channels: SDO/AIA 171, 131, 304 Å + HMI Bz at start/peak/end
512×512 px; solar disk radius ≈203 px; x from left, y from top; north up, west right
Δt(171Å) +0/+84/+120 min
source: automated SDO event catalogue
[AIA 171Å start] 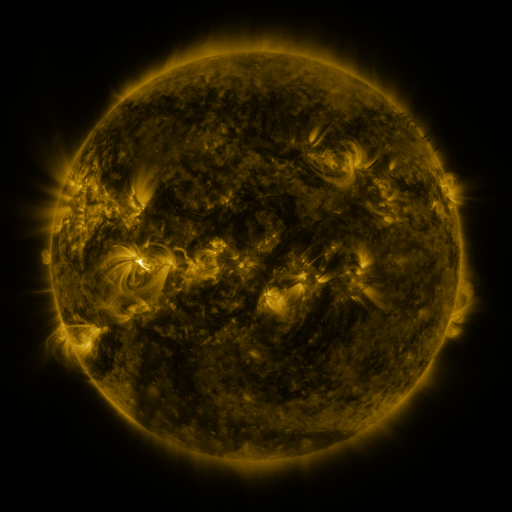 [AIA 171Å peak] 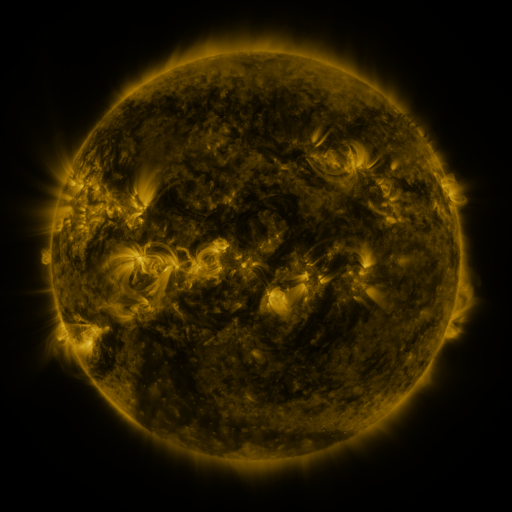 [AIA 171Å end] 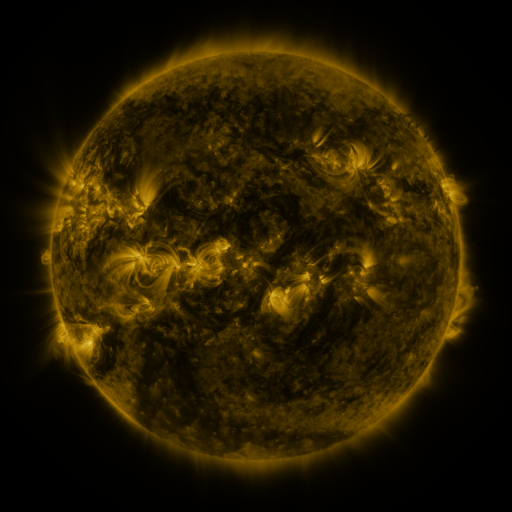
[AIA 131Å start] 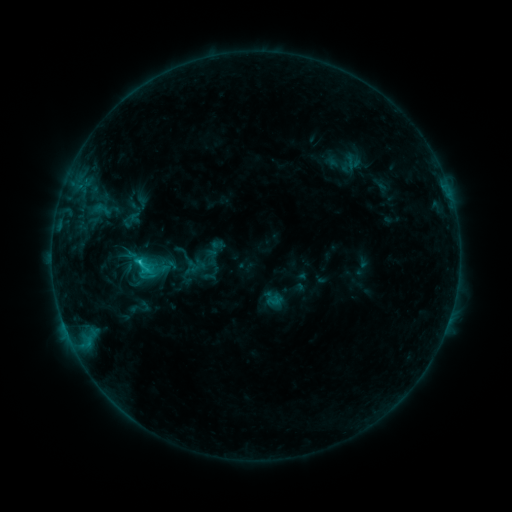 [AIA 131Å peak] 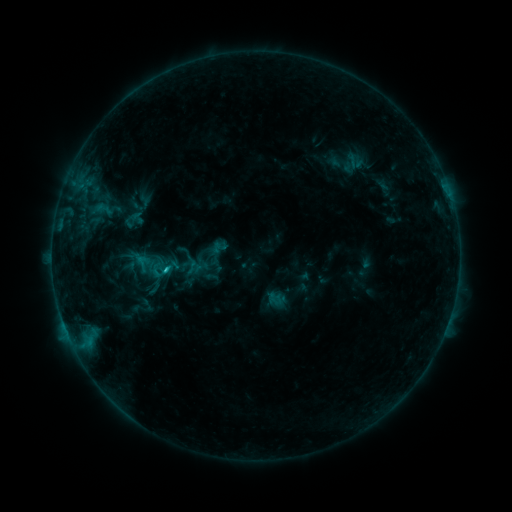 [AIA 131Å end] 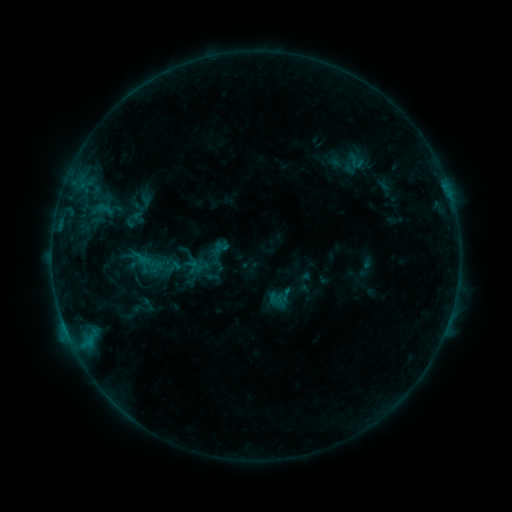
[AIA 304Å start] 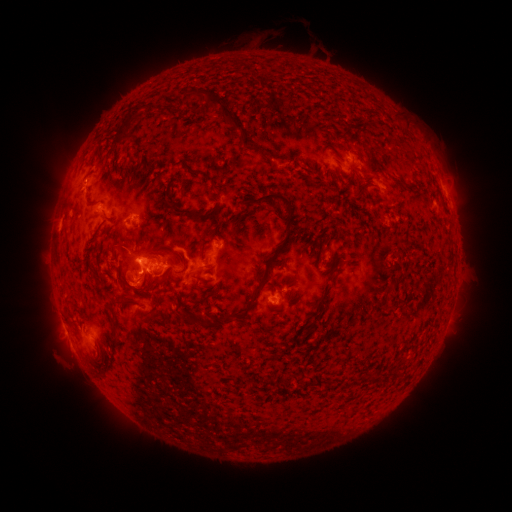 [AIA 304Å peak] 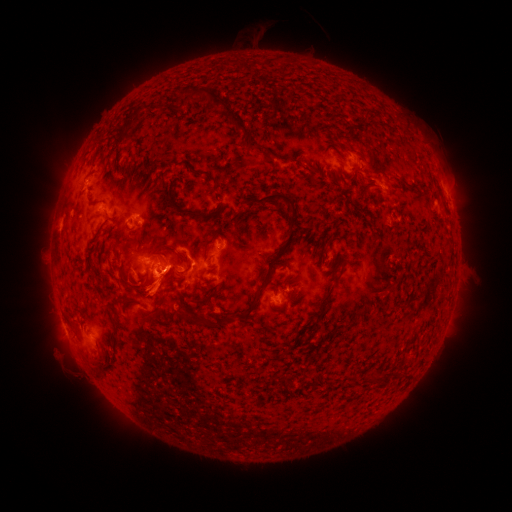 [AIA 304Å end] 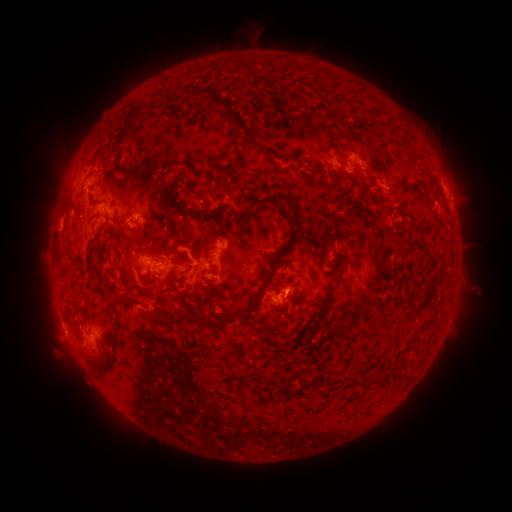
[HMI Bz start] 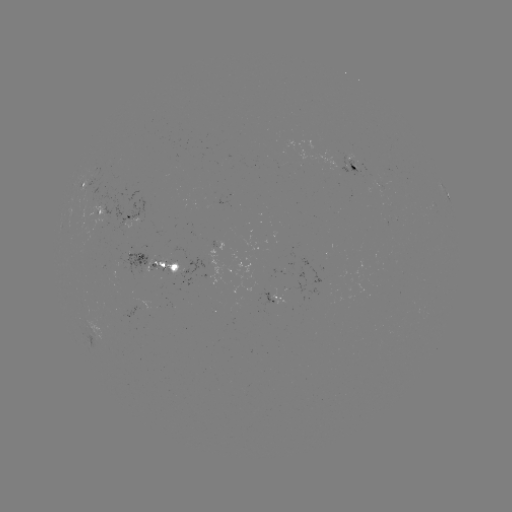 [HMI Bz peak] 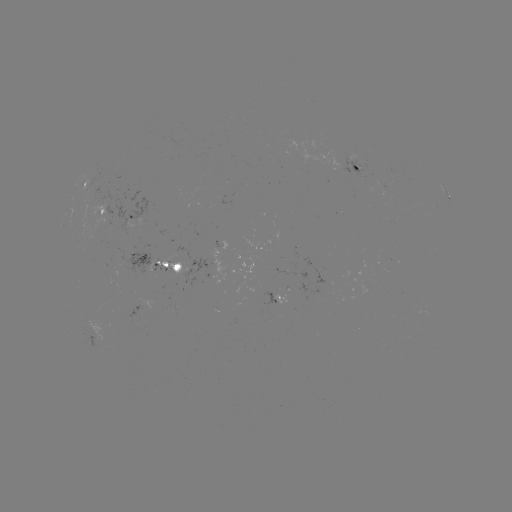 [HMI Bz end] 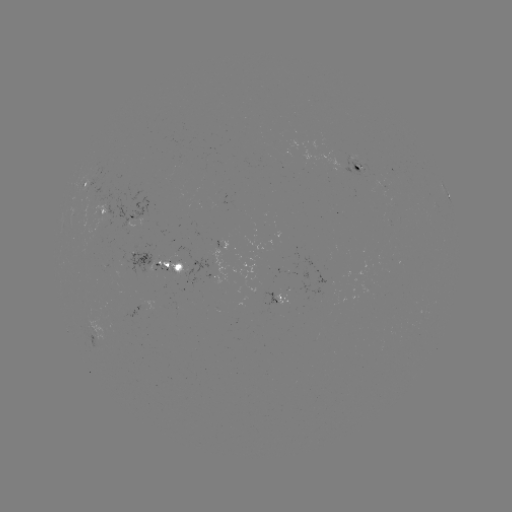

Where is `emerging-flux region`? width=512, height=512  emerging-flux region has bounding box [90, 206, 105, 231].